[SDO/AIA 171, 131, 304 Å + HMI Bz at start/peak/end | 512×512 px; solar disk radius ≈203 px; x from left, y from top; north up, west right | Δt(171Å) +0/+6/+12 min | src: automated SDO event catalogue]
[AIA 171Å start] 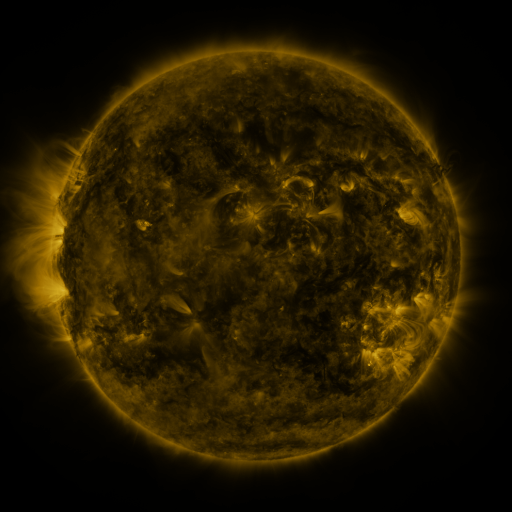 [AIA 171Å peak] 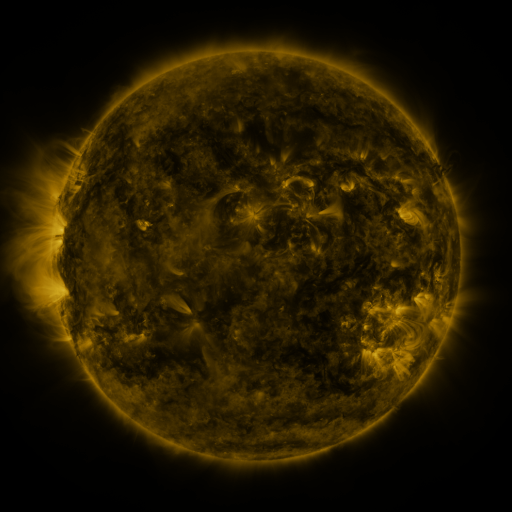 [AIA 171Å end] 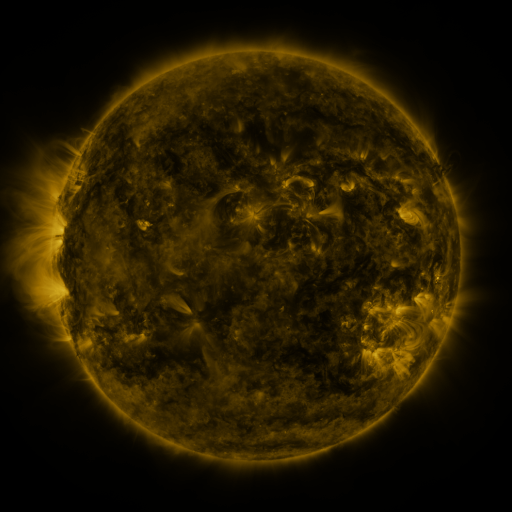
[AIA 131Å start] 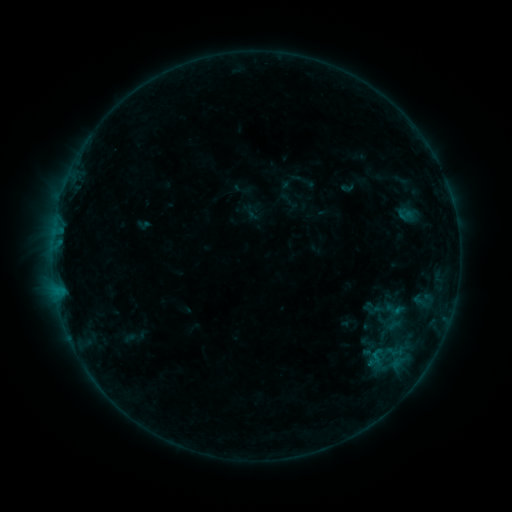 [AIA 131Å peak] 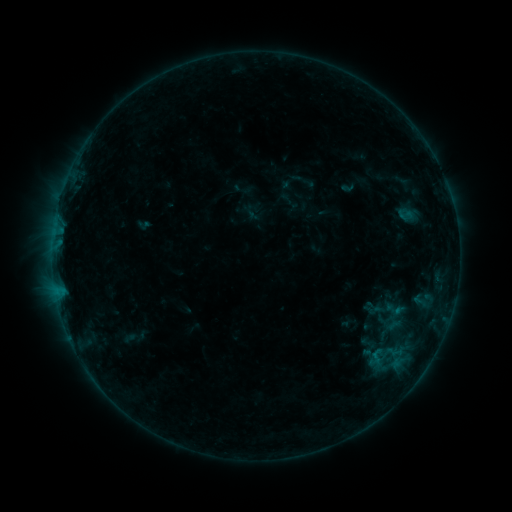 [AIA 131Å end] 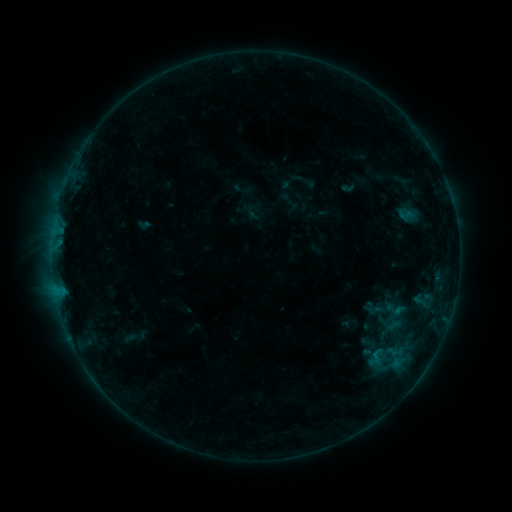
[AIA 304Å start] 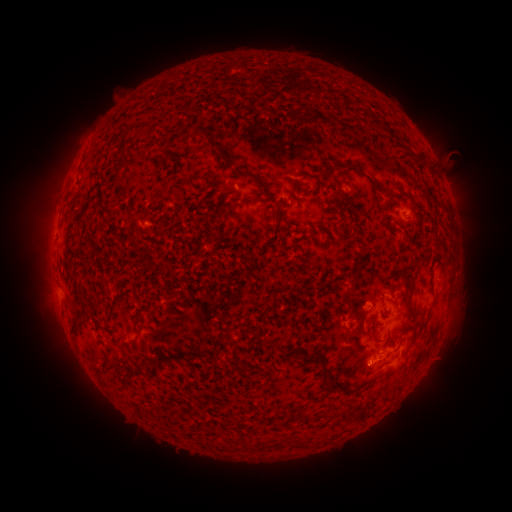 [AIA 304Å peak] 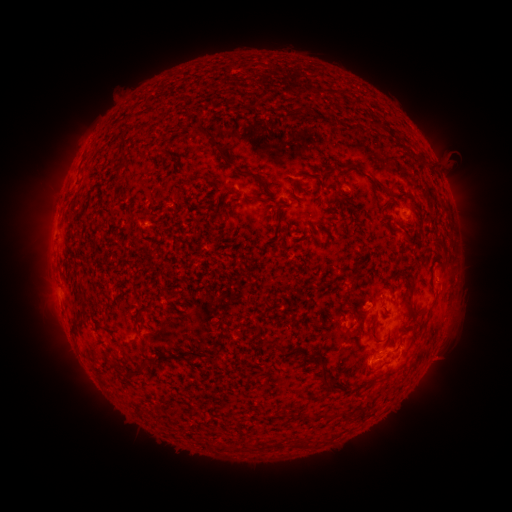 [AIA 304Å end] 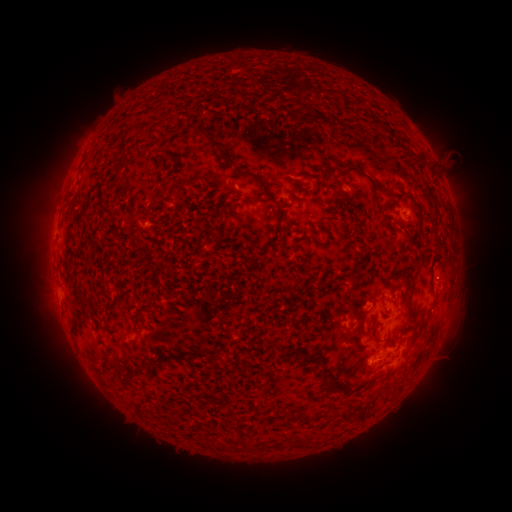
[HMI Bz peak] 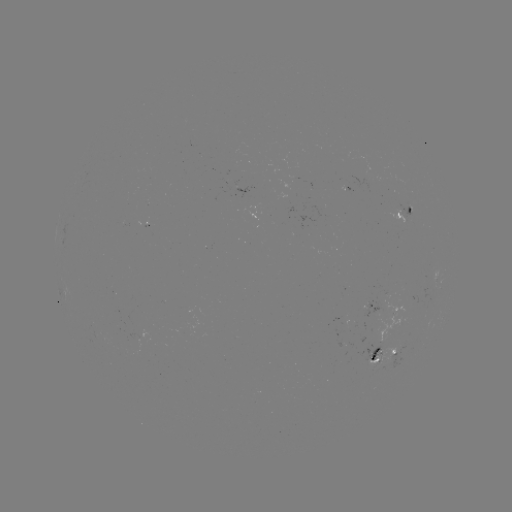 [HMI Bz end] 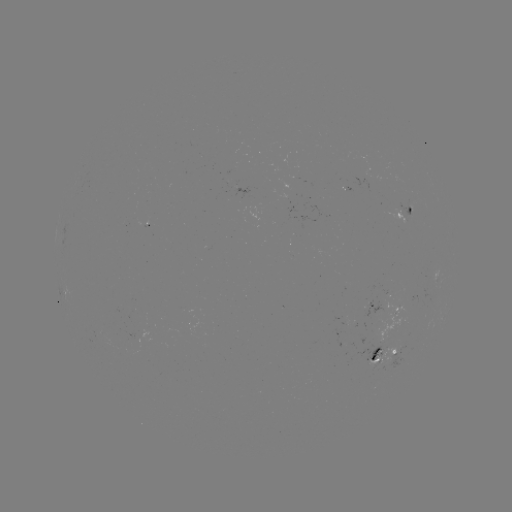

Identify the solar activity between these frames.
nothing was catalogued: no classed flare, no EUV trigger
